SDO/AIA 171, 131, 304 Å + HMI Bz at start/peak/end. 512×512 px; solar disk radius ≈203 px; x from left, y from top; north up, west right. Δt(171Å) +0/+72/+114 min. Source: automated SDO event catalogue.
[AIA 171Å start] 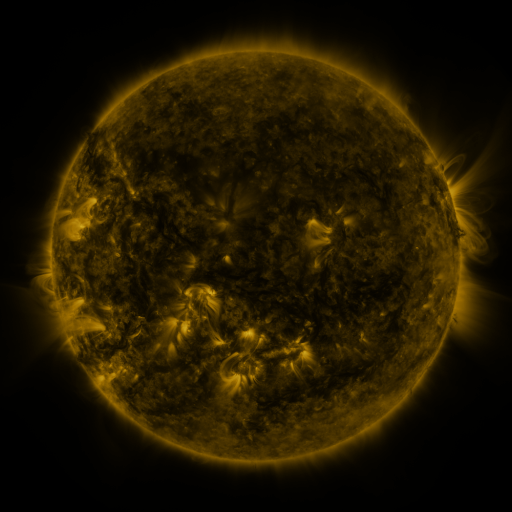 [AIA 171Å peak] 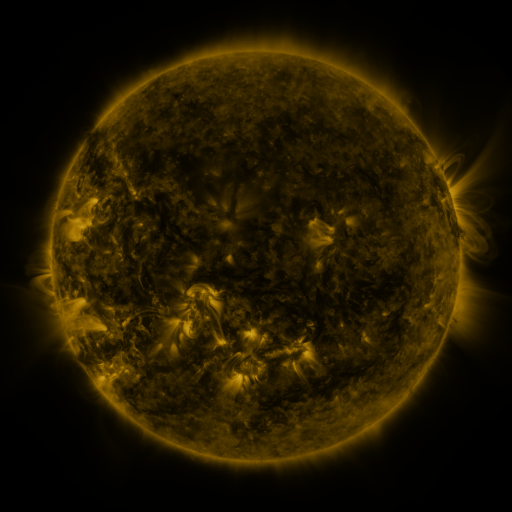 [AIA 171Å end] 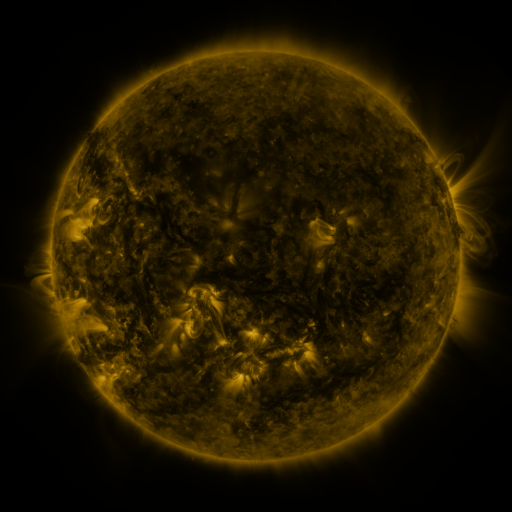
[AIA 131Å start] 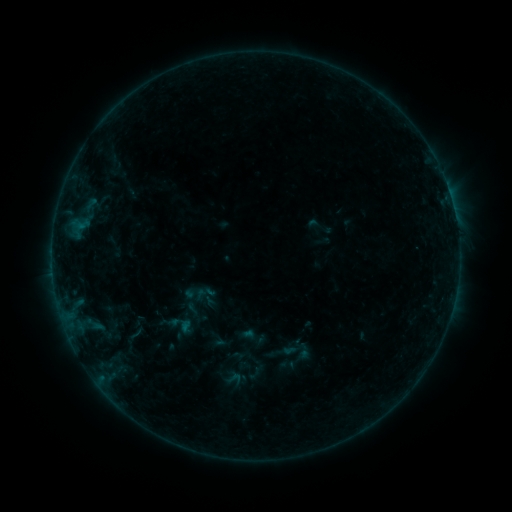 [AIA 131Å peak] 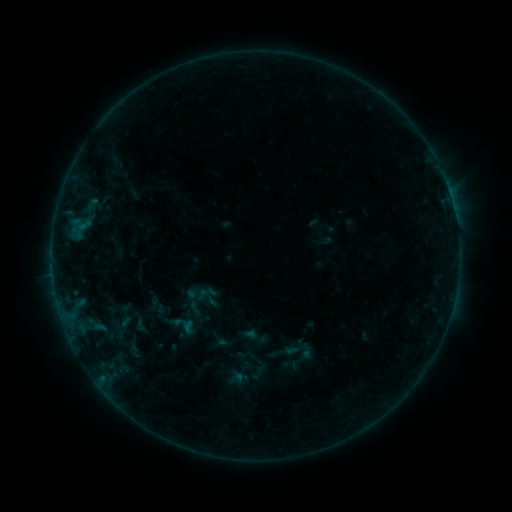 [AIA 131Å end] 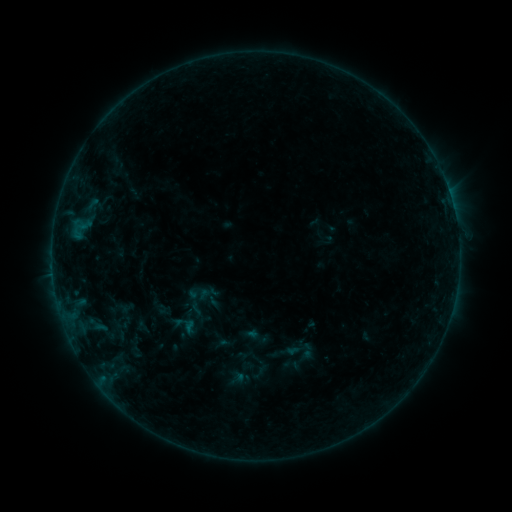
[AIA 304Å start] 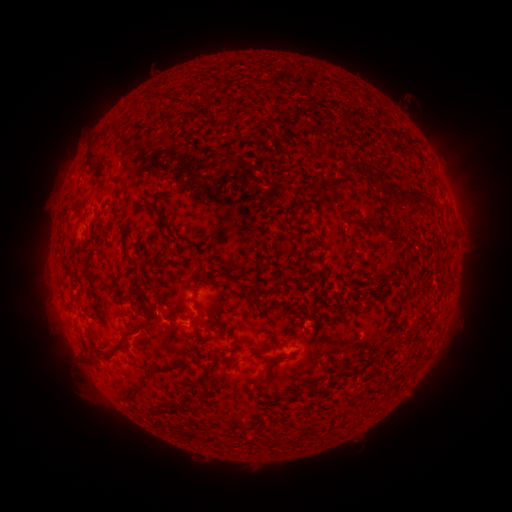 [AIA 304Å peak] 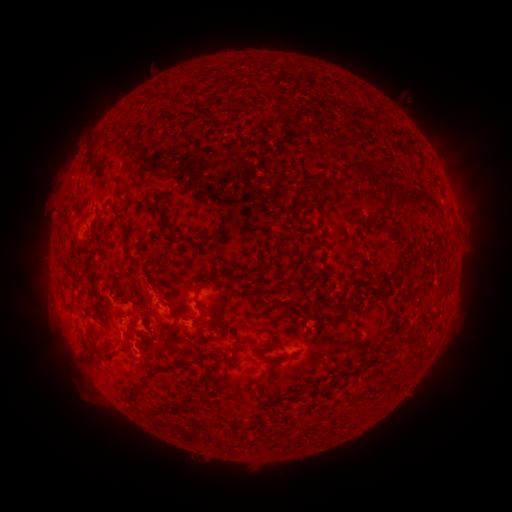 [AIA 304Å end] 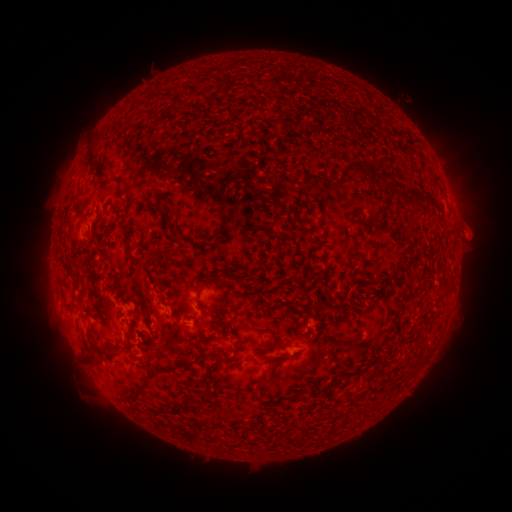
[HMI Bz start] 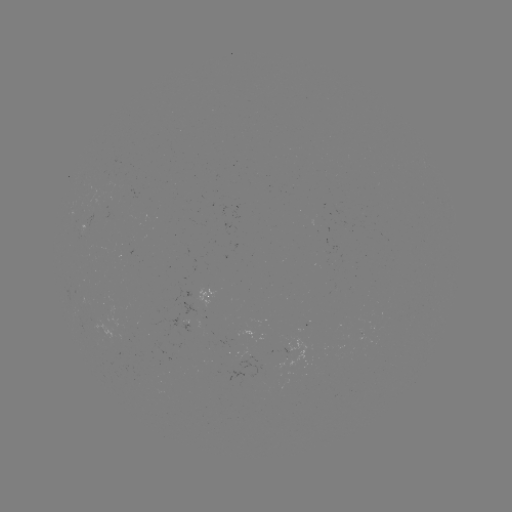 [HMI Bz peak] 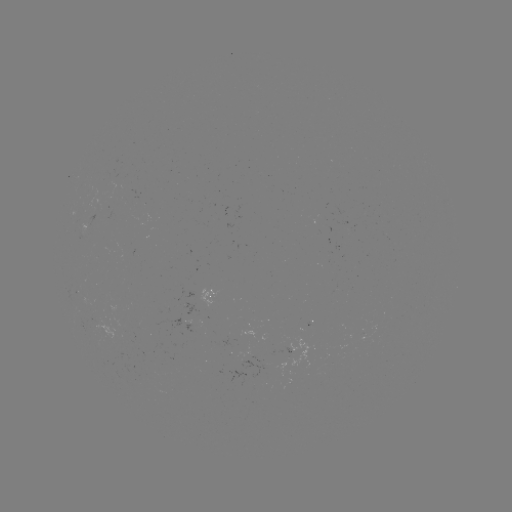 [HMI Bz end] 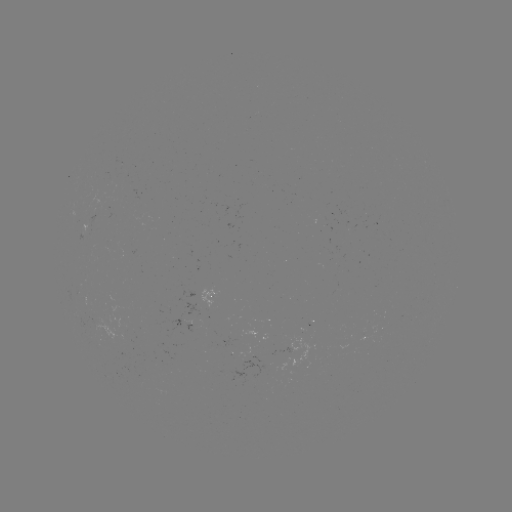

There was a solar flare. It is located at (126, 323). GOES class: B4.1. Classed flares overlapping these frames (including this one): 1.